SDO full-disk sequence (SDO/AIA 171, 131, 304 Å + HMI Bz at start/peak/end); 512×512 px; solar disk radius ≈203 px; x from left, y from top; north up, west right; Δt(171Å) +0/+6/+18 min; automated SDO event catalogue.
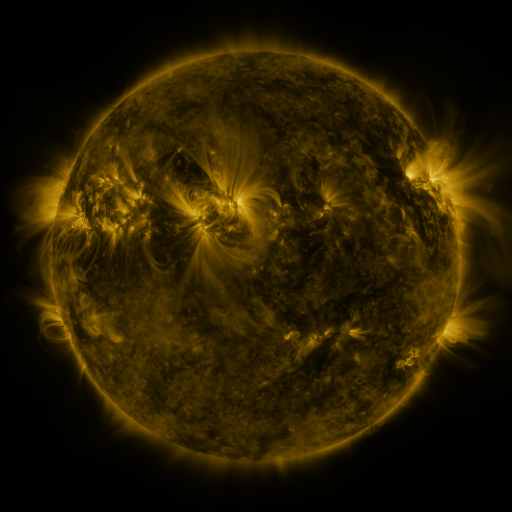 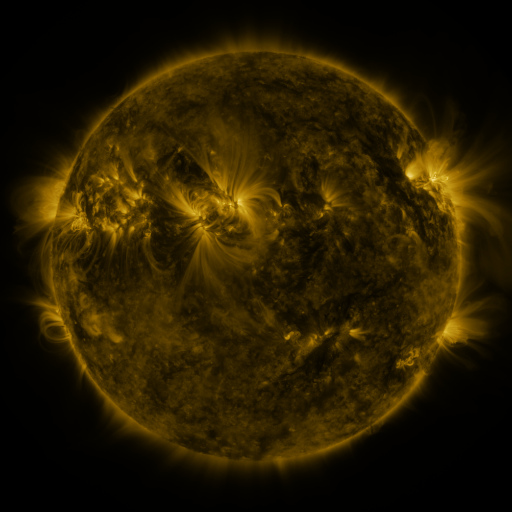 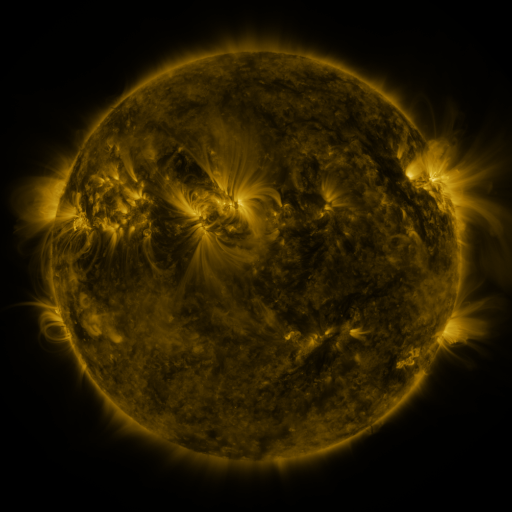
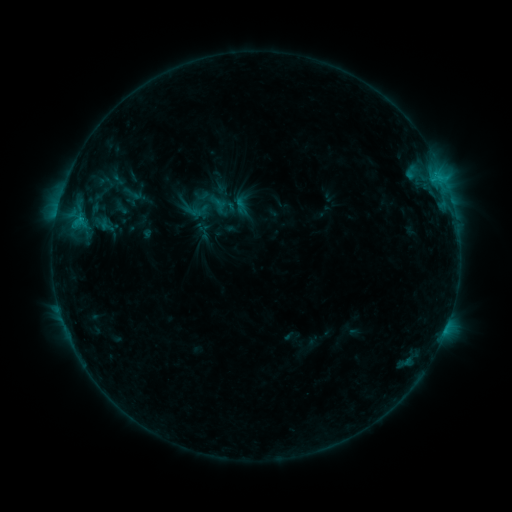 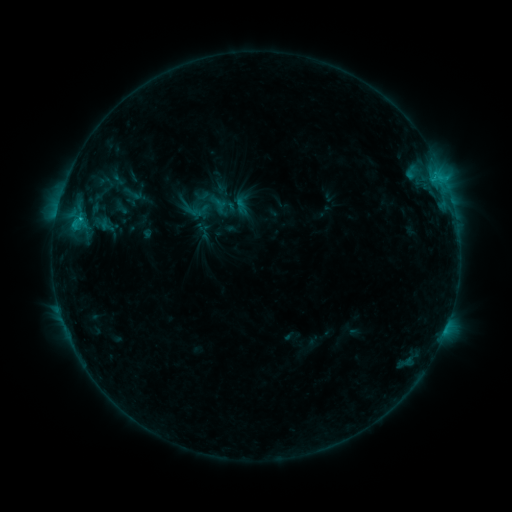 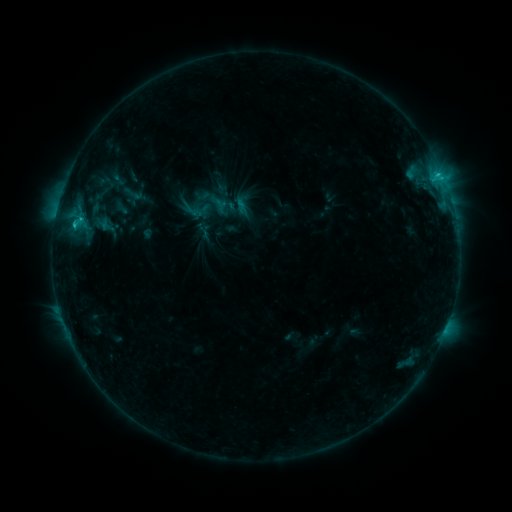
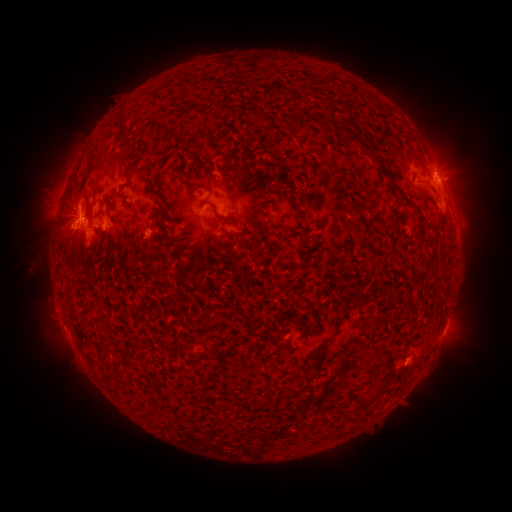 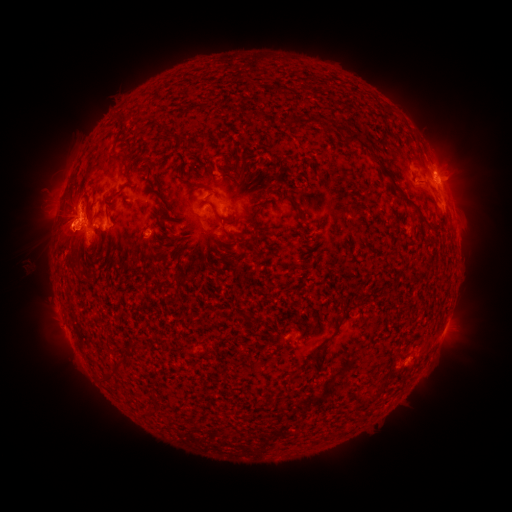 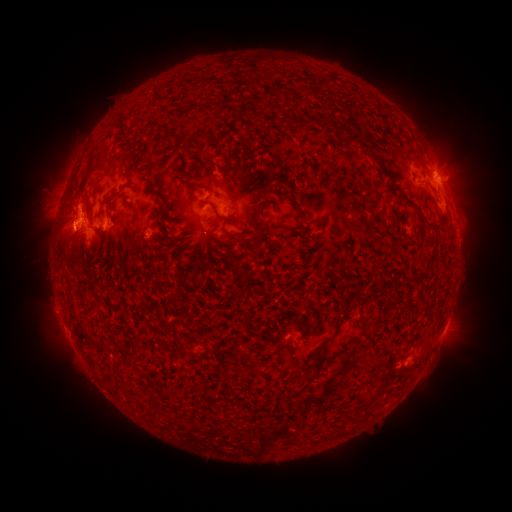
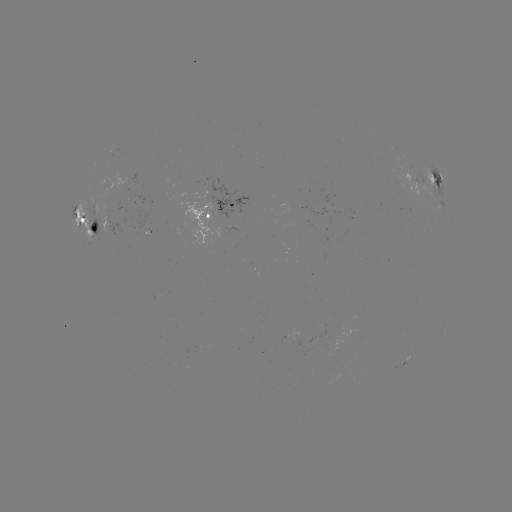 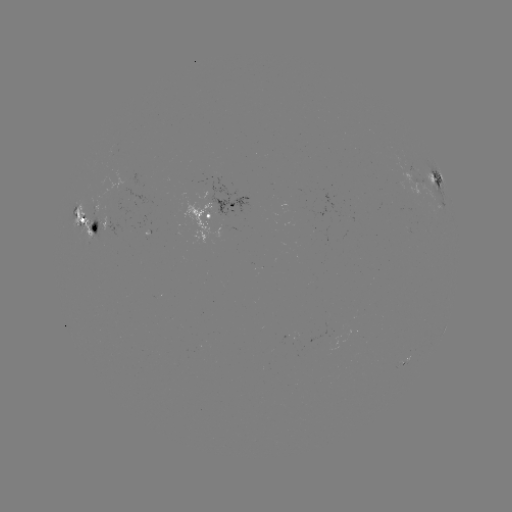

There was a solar eruption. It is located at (61, 233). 